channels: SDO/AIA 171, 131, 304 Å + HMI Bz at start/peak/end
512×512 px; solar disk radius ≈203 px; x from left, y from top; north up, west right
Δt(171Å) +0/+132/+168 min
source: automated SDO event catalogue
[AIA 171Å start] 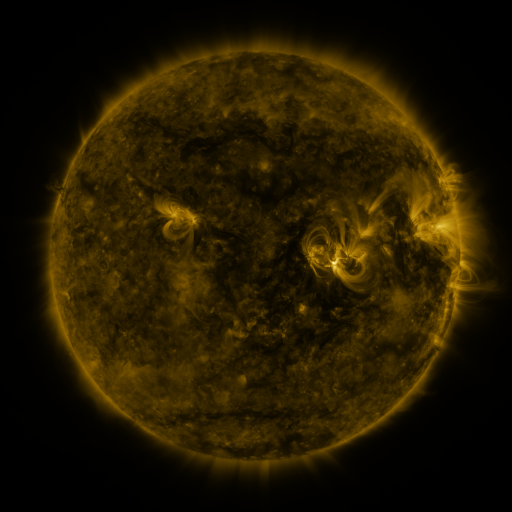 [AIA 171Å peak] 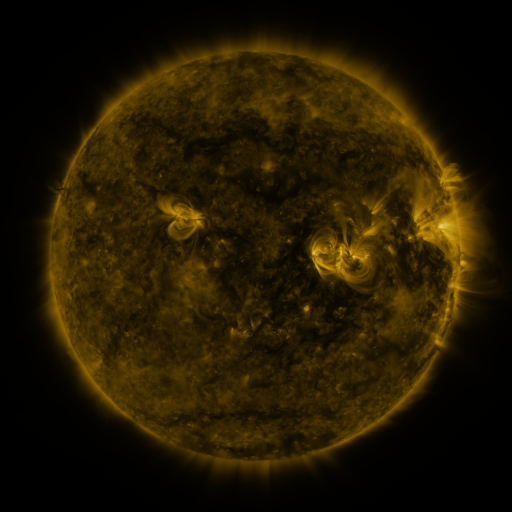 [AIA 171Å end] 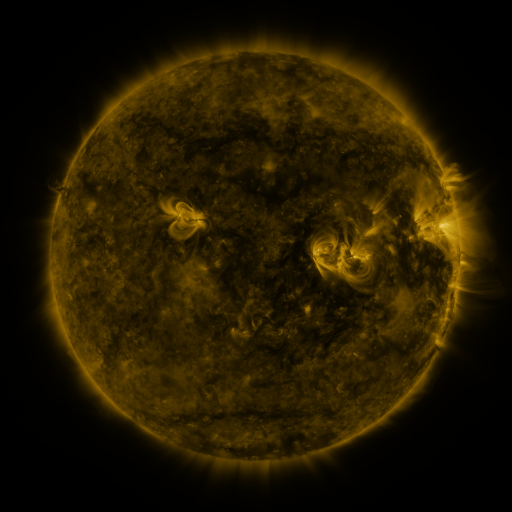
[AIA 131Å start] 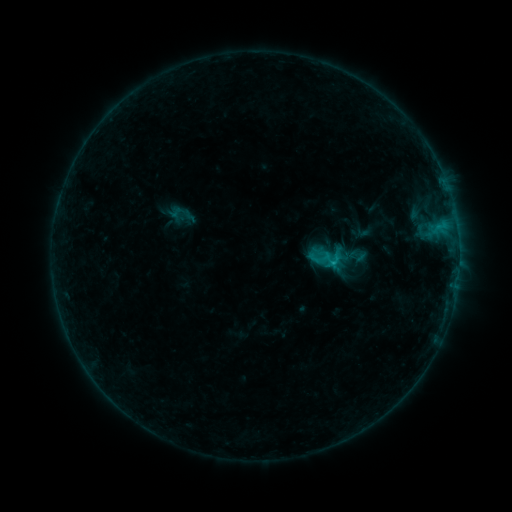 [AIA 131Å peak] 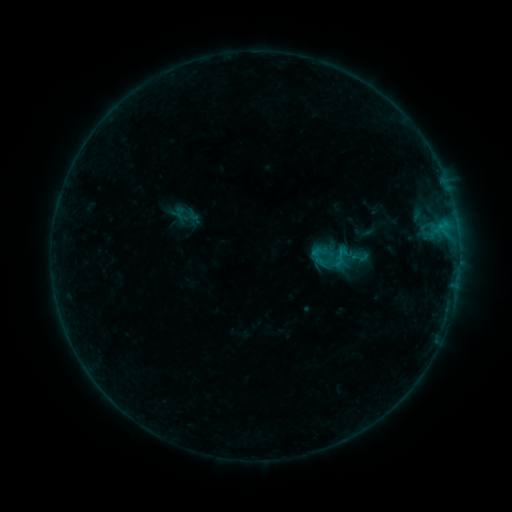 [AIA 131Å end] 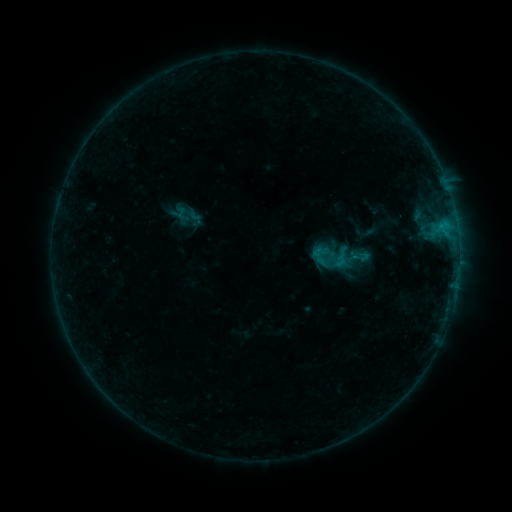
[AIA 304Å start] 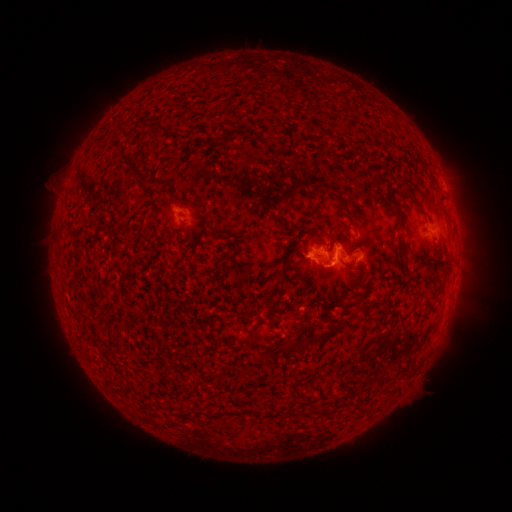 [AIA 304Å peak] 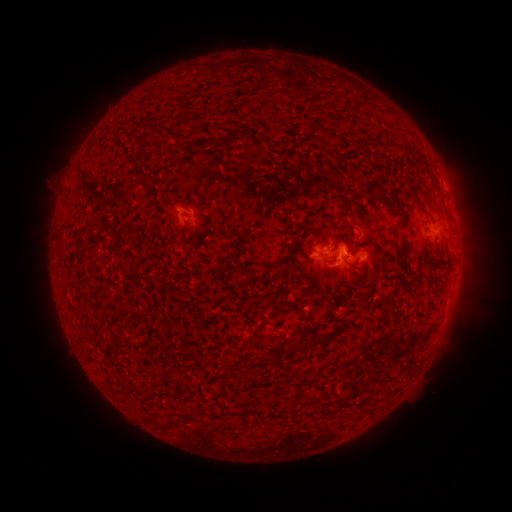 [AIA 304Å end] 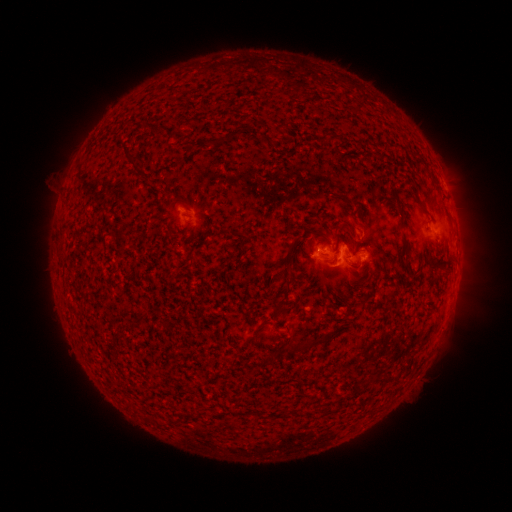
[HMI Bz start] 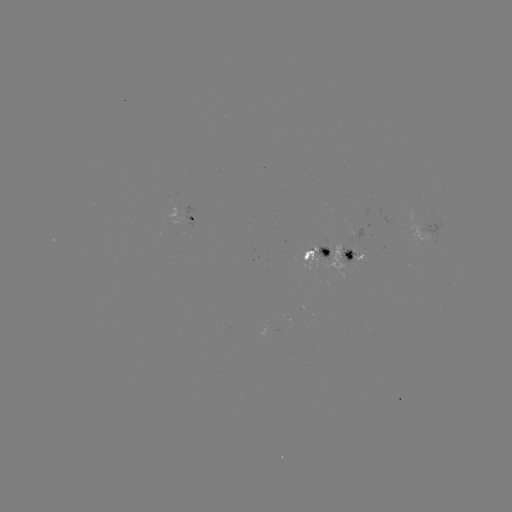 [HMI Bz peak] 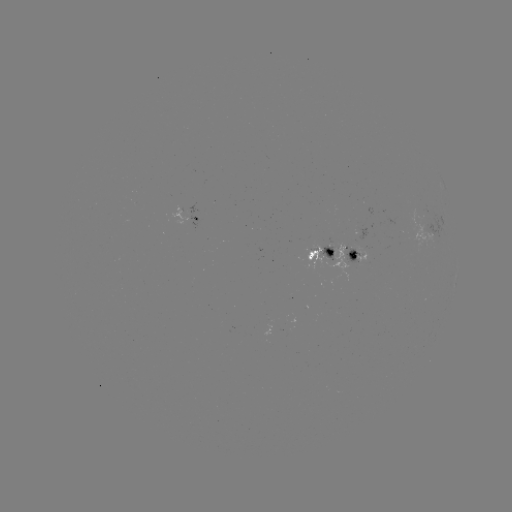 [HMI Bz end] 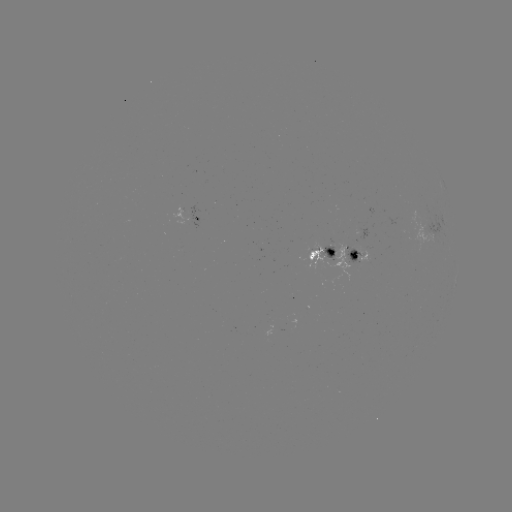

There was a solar emerging-flux region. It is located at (328, 248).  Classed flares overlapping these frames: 1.